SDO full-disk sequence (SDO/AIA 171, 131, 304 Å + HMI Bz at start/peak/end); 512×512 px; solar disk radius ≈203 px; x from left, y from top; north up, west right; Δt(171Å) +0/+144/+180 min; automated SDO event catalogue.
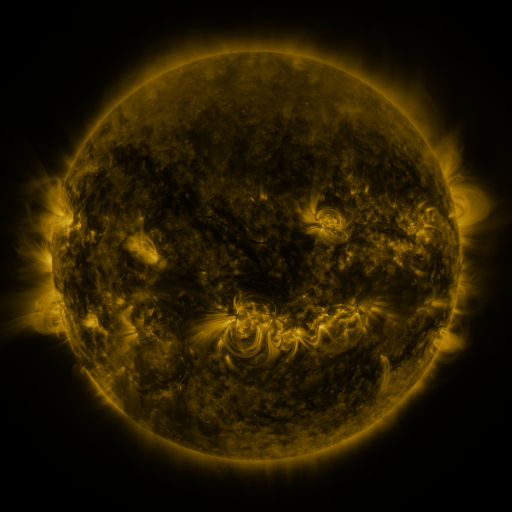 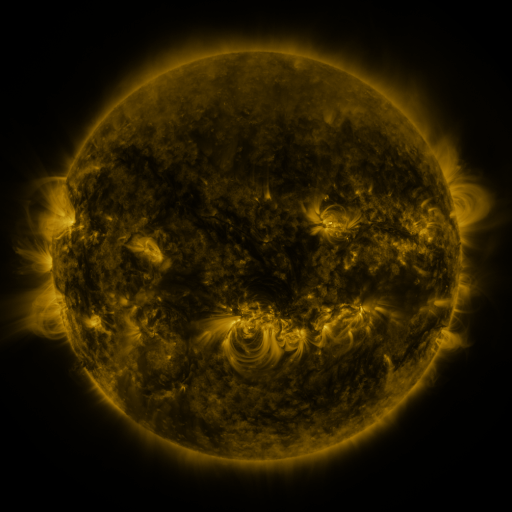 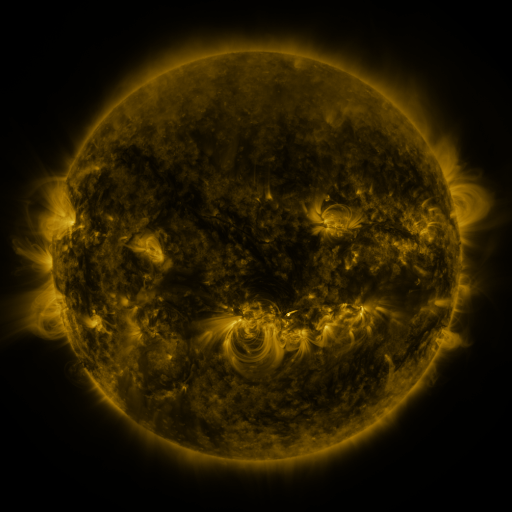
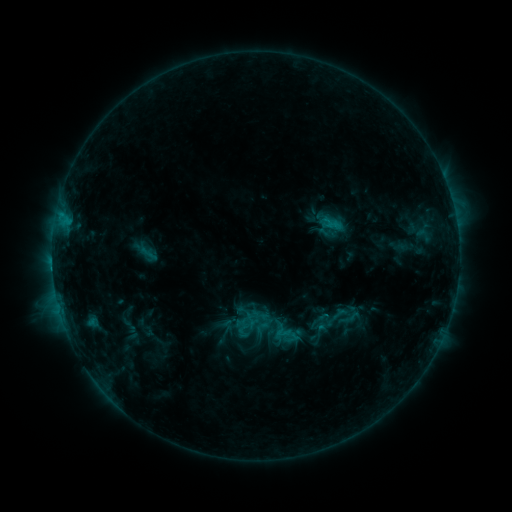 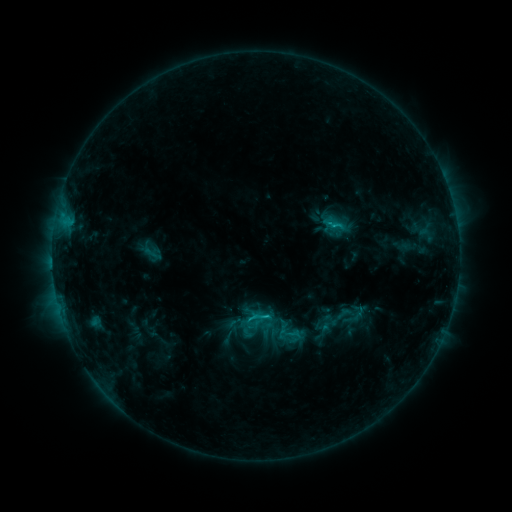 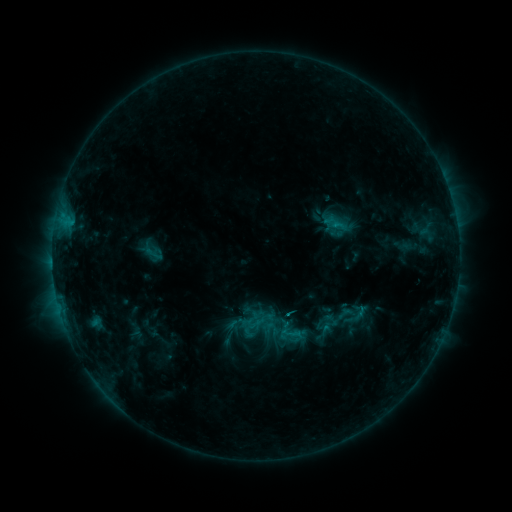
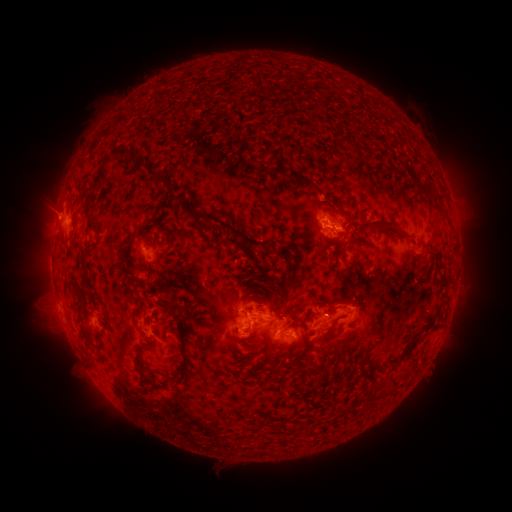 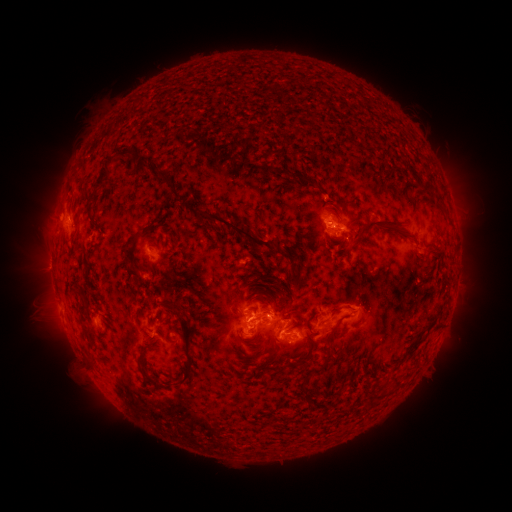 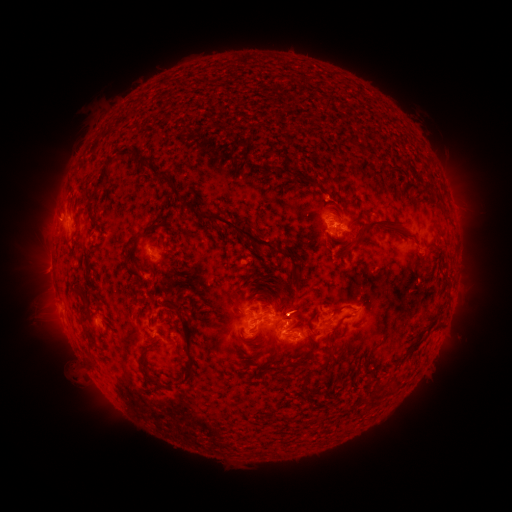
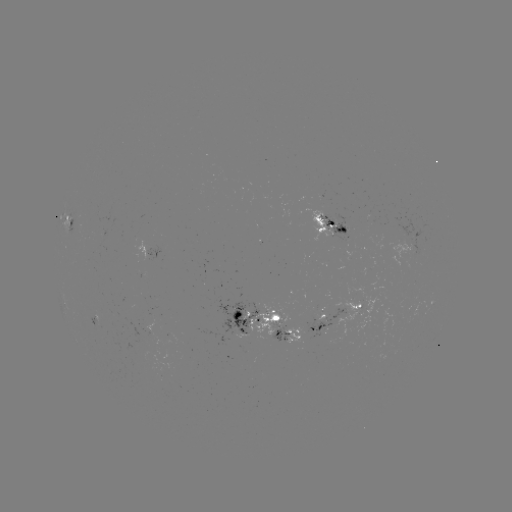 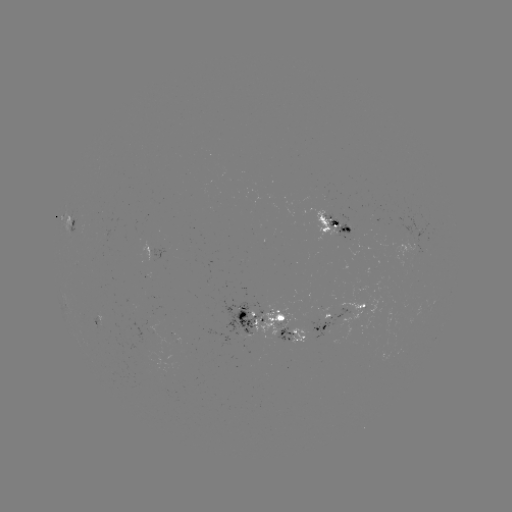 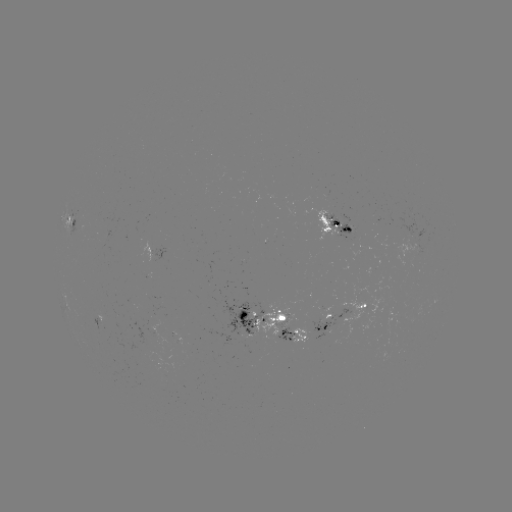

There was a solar emerging-flux region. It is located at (174, 335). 